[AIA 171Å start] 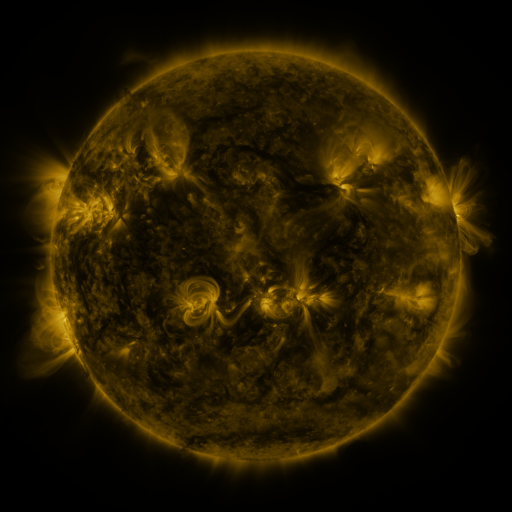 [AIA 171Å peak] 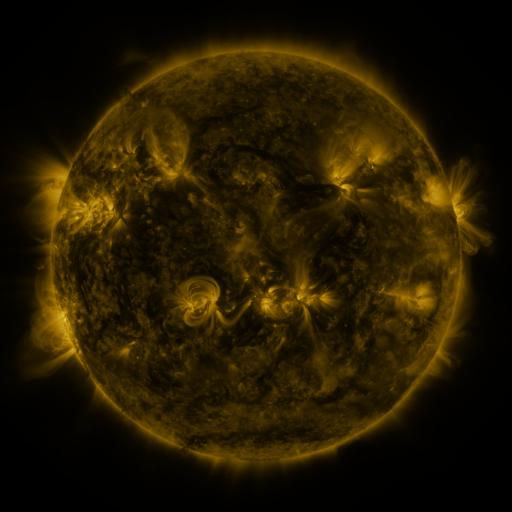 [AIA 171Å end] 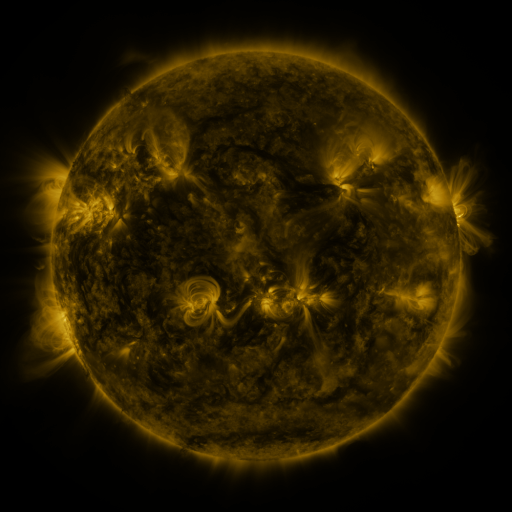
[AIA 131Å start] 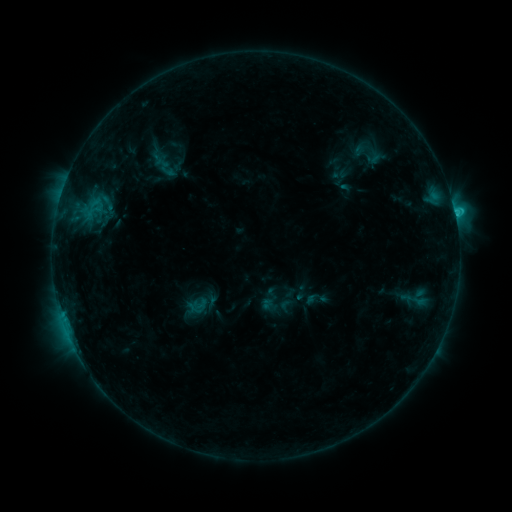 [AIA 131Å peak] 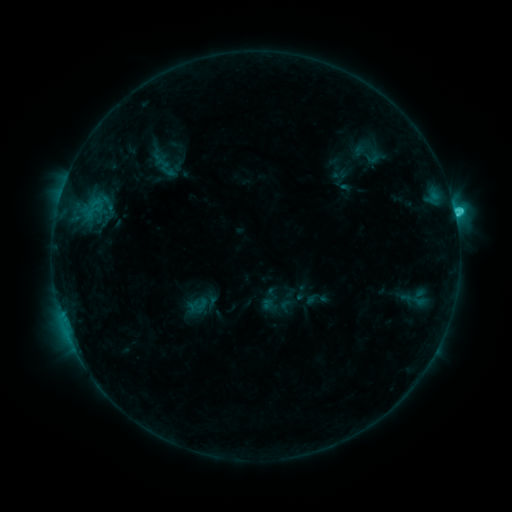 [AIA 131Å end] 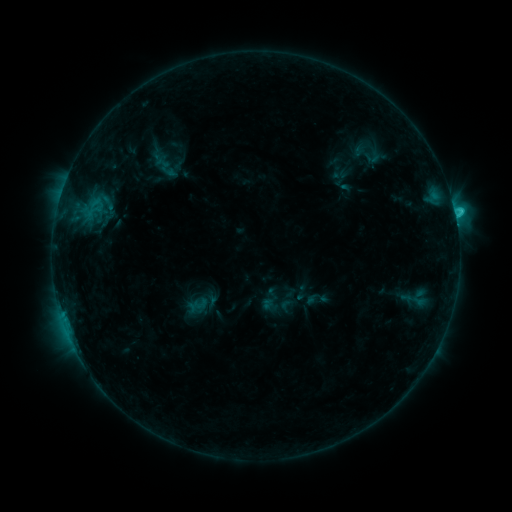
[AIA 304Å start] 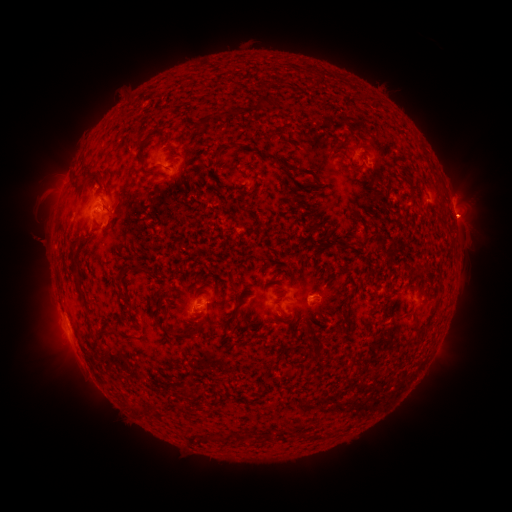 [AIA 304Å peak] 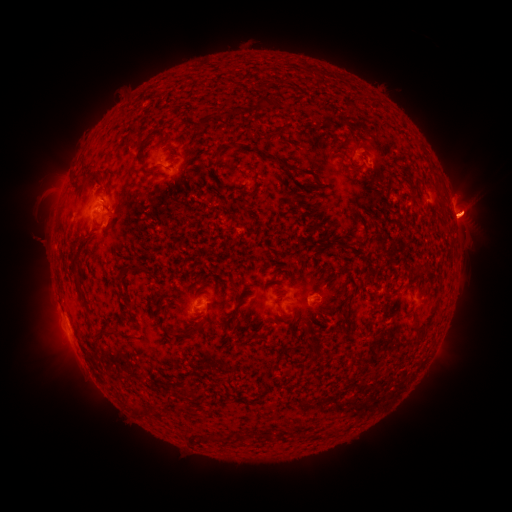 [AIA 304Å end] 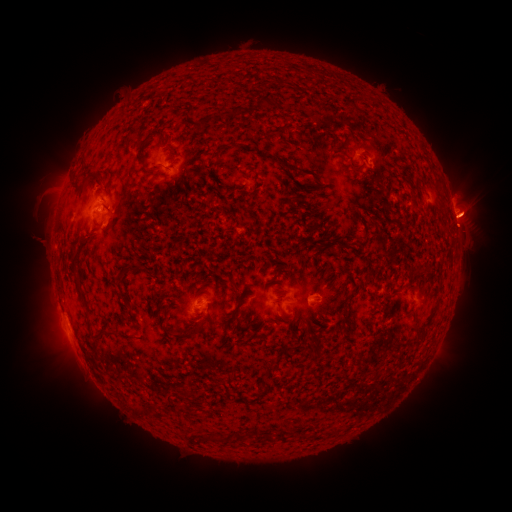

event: flare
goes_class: C3.1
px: (455, 216)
